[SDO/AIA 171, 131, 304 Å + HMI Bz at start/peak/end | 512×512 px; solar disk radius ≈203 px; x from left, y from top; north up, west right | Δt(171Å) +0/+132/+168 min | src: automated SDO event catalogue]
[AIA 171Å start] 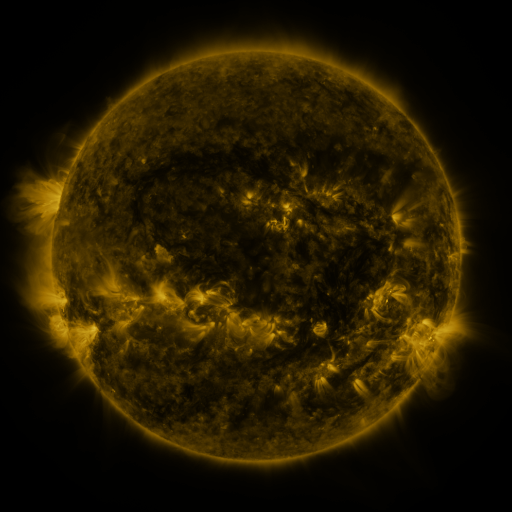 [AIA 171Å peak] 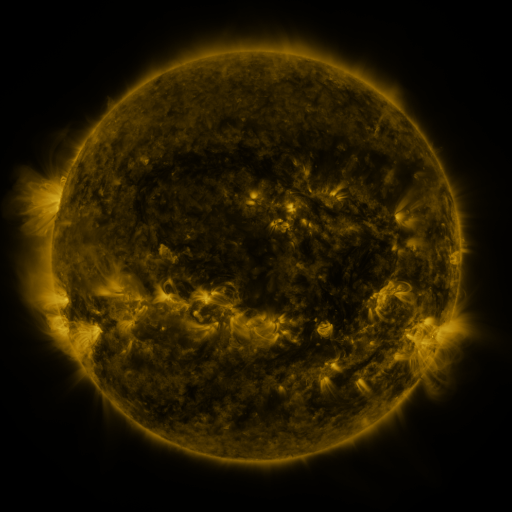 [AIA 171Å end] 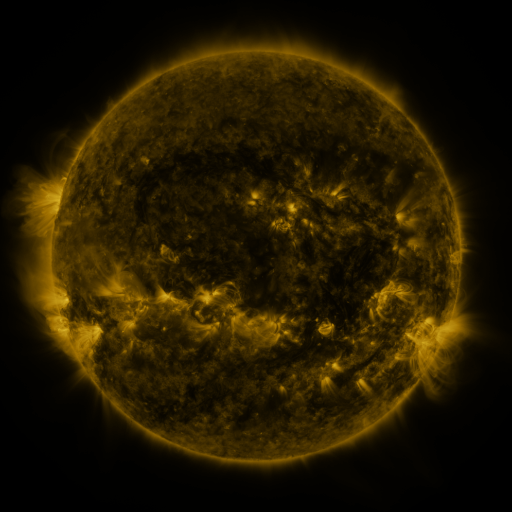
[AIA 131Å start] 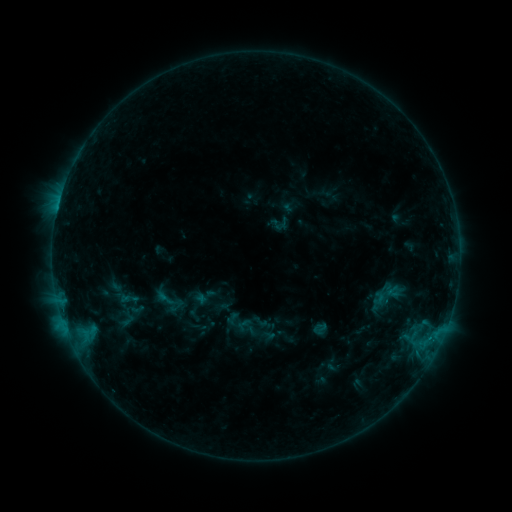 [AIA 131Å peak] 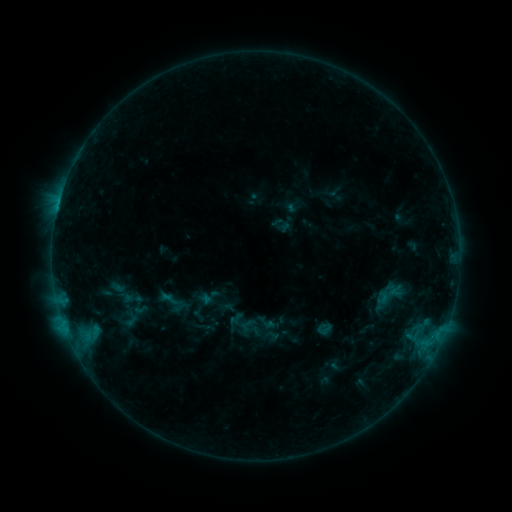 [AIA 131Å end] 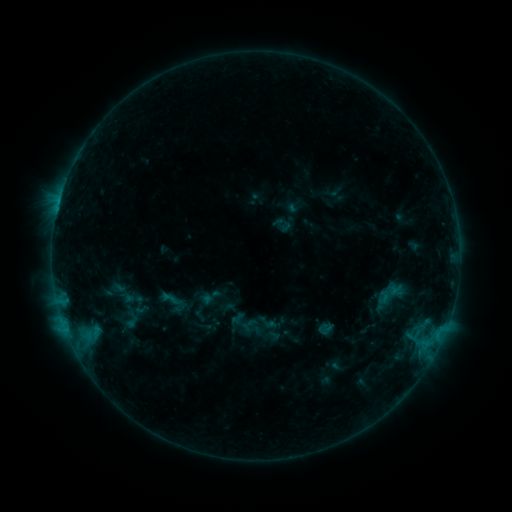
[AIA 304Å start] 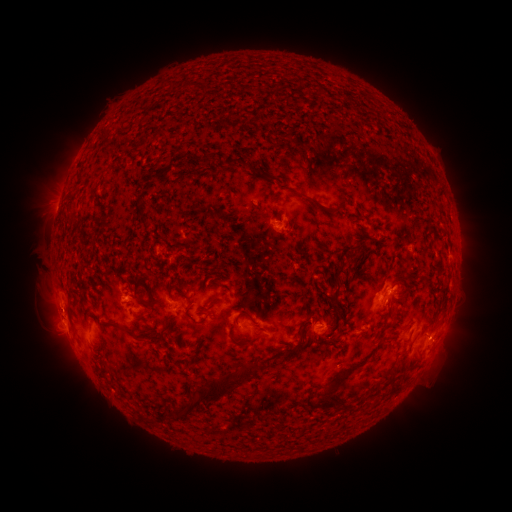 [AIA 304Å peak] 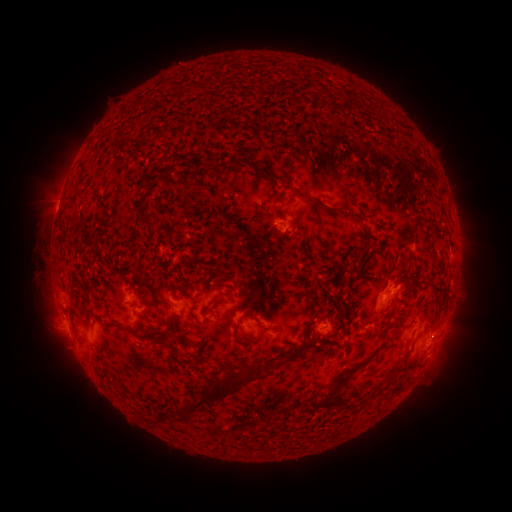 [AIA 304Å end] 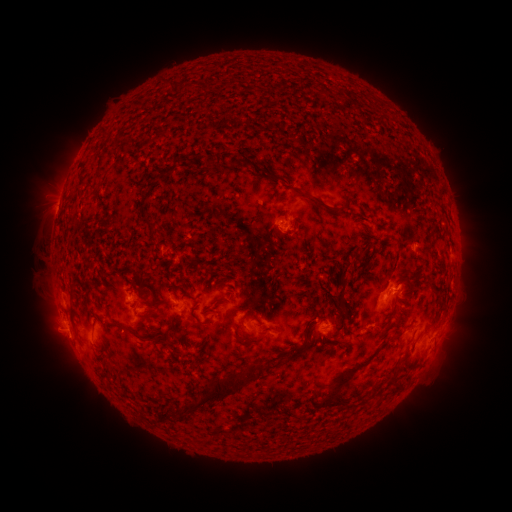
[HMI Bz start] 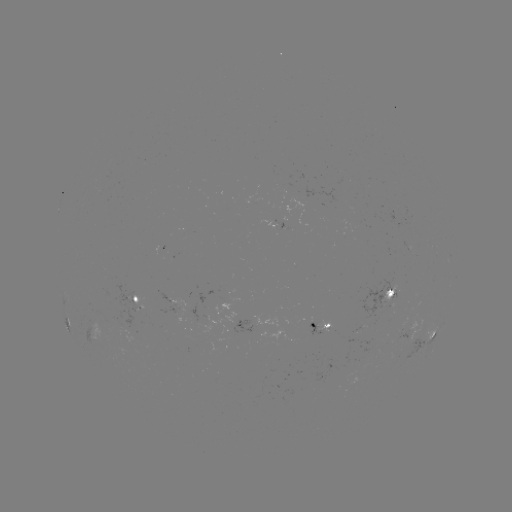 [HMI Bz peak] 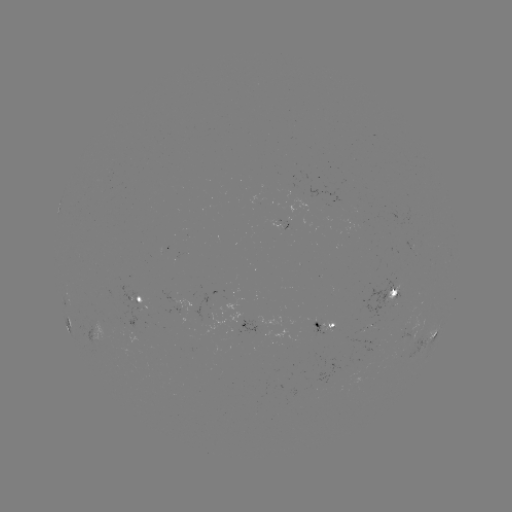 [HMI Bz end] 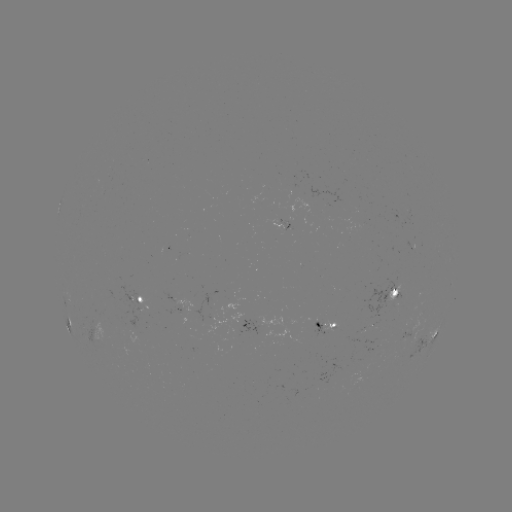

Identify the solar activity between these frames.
emerging-flux region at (316, 322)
